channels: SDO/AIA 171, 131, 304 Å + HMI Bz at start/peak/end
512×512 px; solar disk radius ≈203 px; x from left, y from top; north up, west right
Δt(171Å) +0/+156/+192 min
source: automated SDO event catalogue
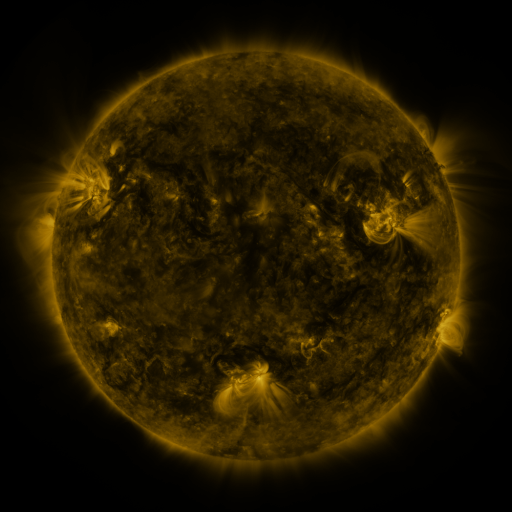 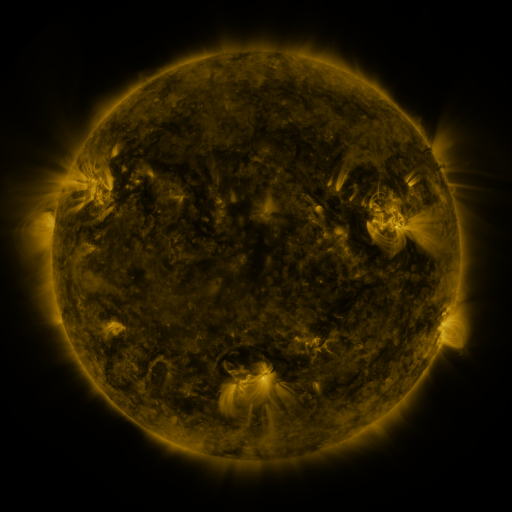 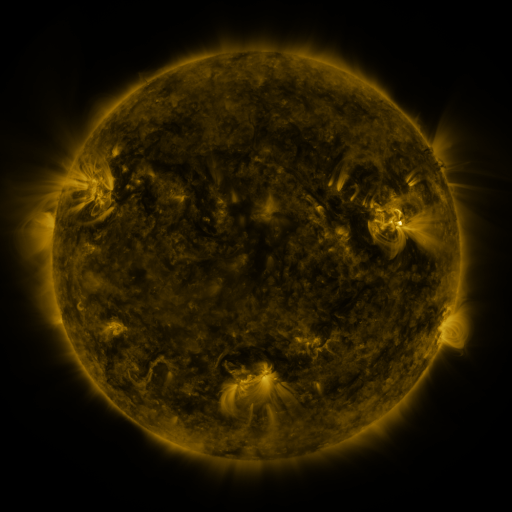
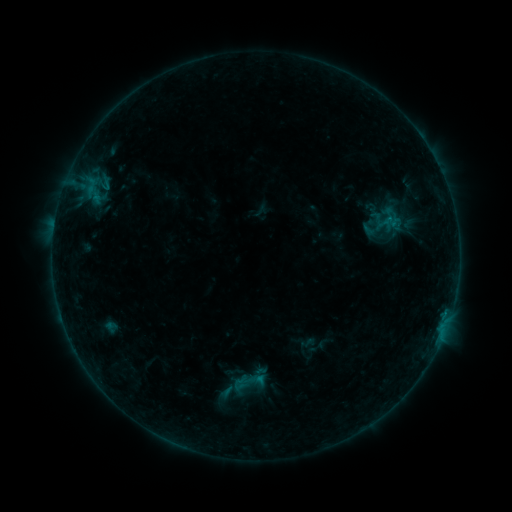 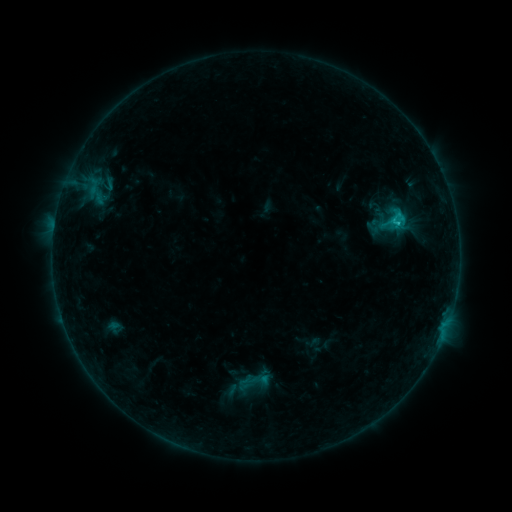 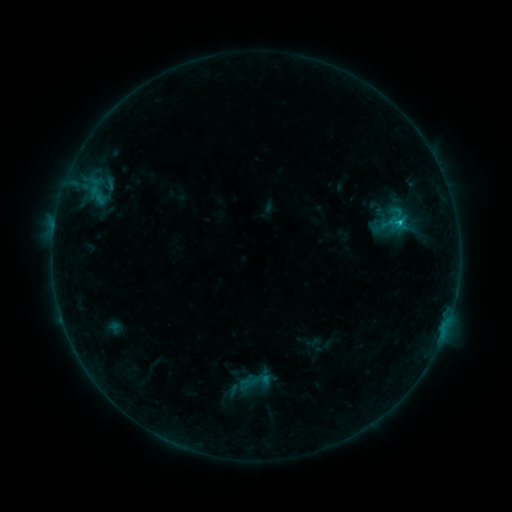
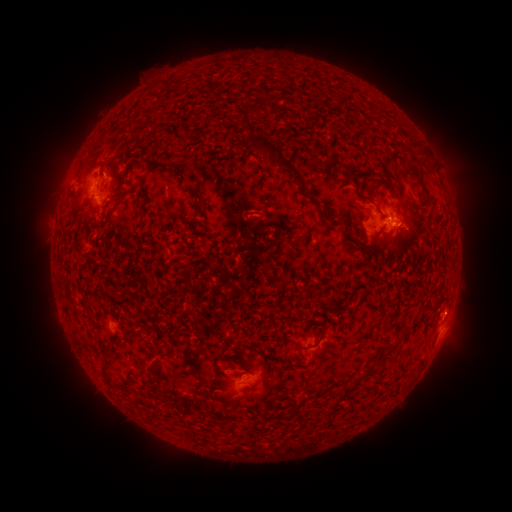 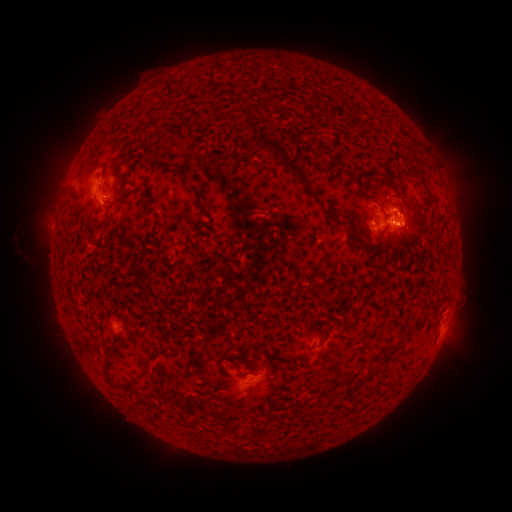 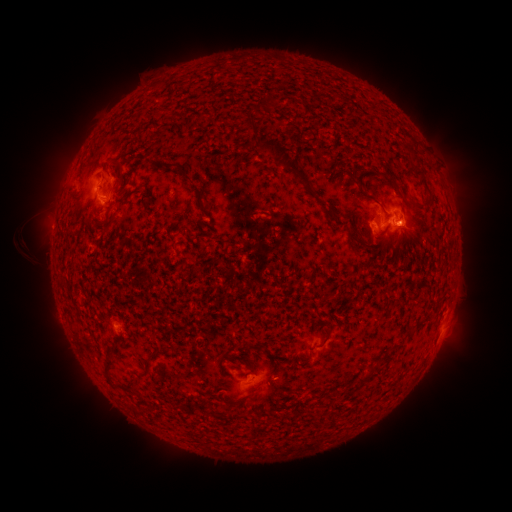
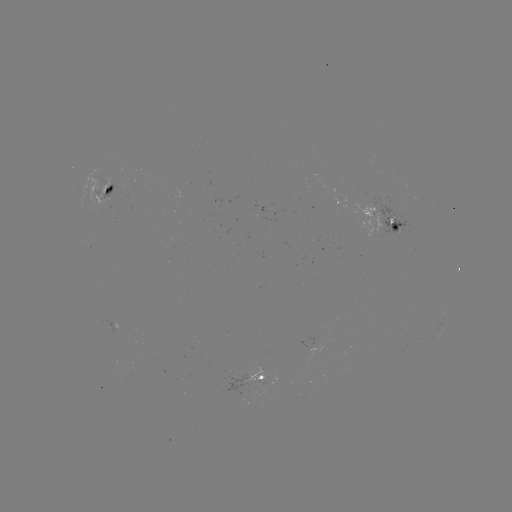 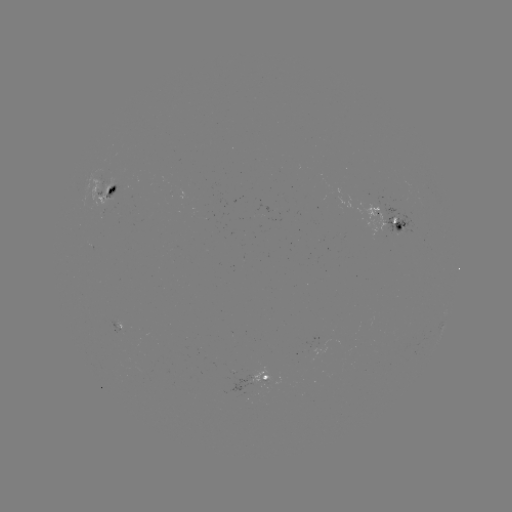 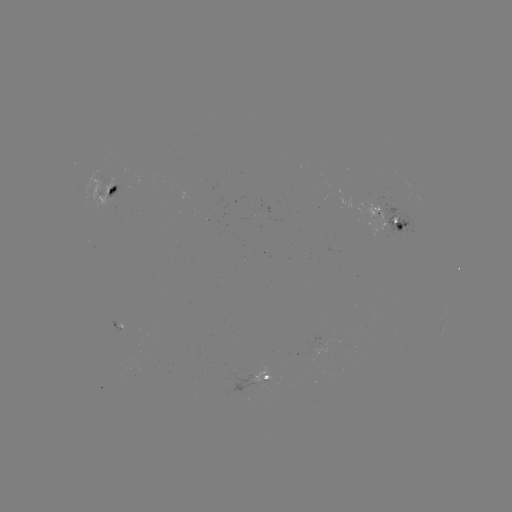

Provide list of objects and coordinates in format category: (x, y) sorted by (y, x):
emerging-flux region: (101, 186)
